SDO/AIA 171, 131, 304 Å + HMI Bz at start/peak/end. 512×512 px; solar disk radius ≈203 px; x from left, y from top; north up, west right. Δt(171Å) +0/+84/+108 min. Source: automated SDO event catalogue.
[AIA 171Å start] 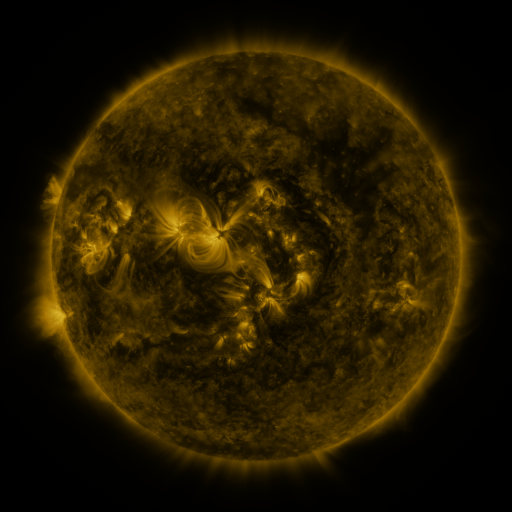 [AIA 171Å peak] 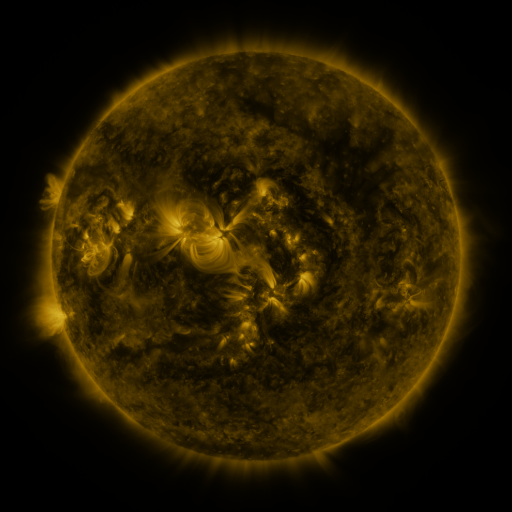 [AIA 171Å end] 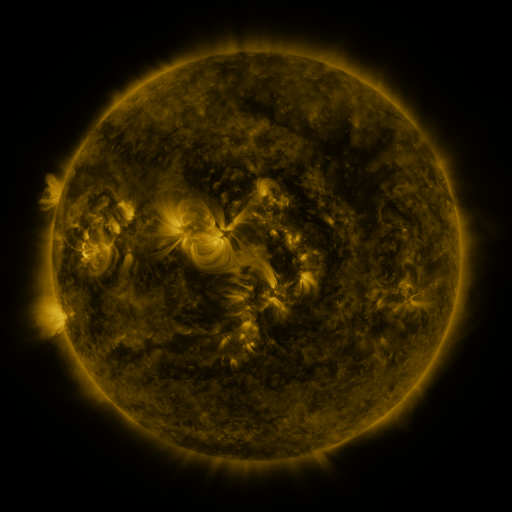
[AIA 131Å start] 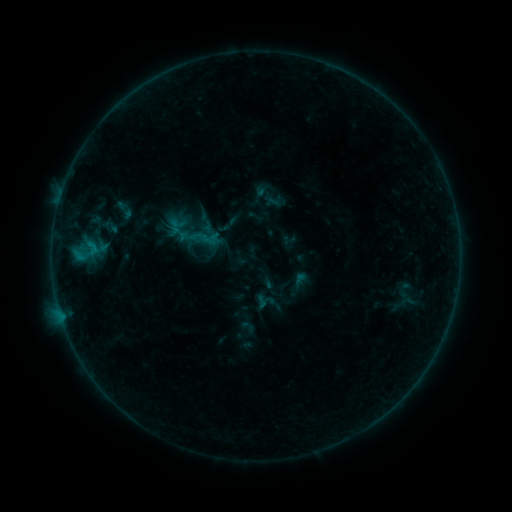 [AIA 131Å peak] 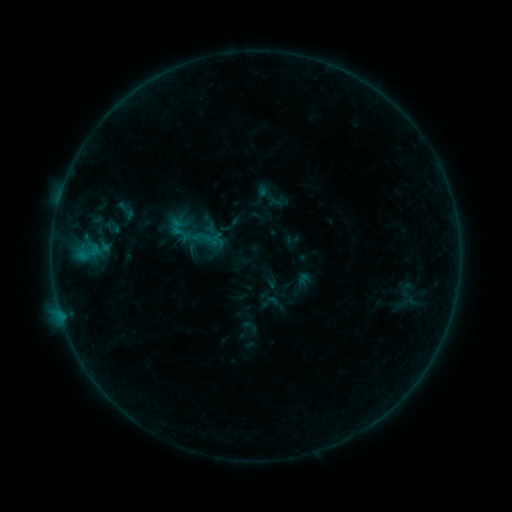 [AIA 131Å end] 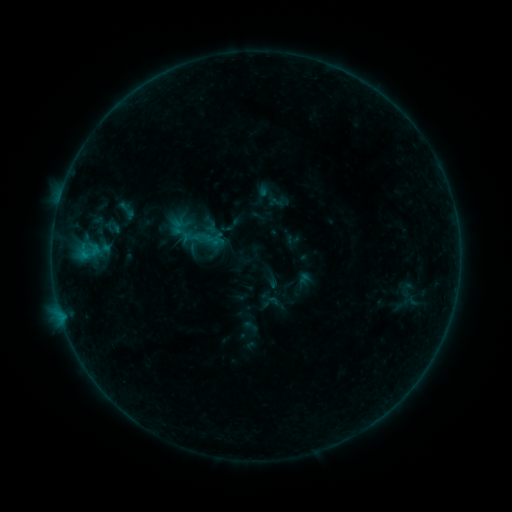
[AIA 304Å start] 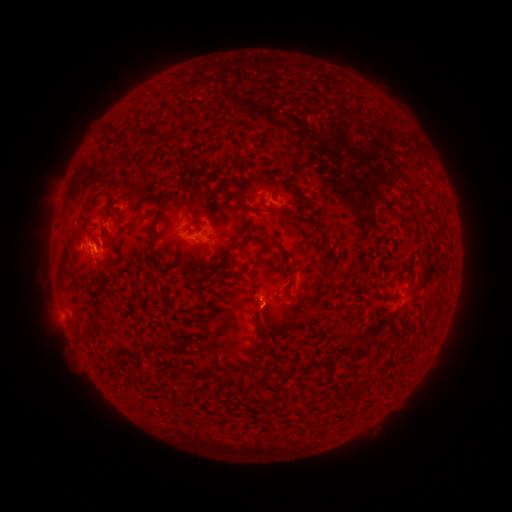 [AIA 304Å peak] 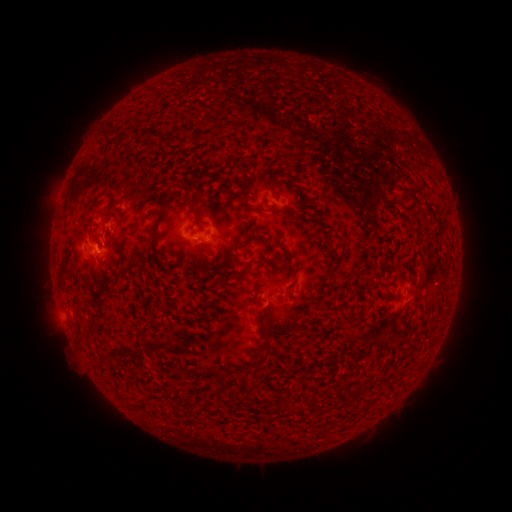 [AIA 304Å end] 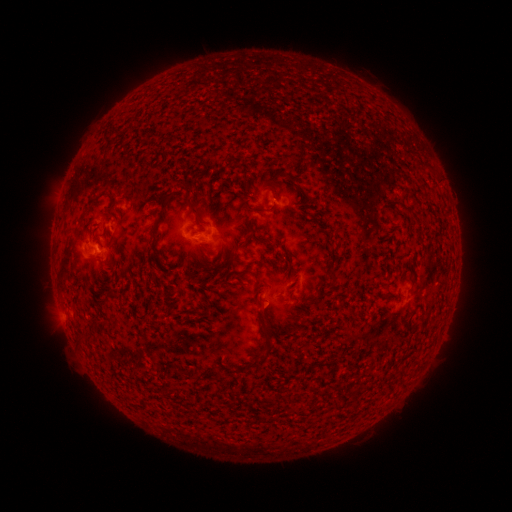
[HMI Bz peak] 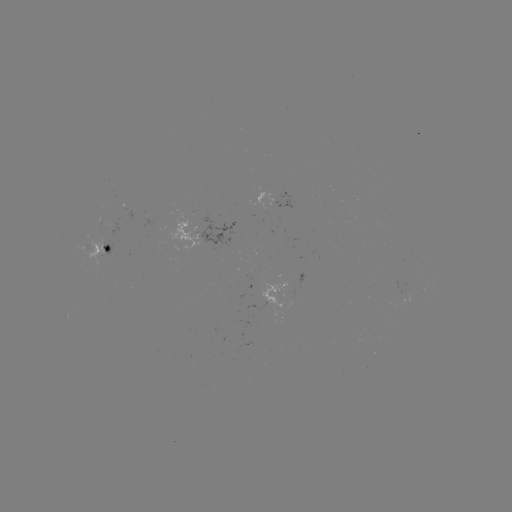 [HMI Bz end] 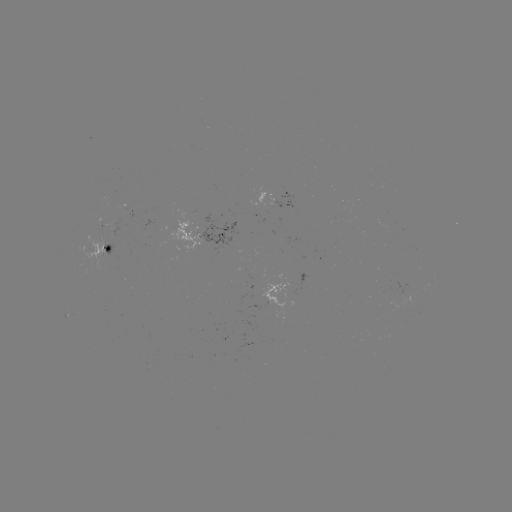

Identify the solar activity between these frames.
B8.7 flare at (83, 256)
